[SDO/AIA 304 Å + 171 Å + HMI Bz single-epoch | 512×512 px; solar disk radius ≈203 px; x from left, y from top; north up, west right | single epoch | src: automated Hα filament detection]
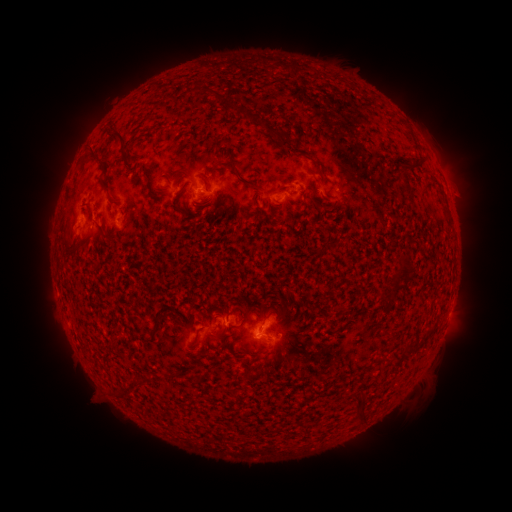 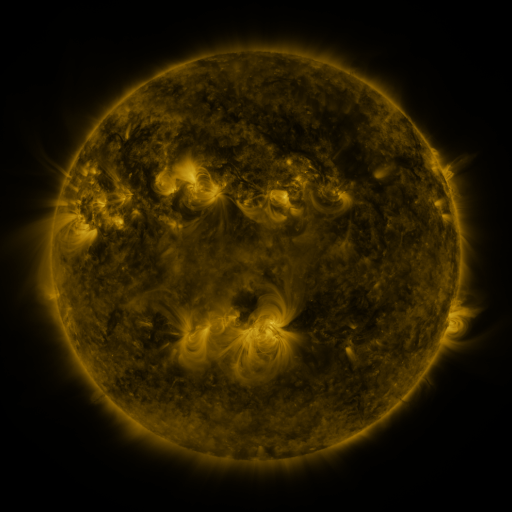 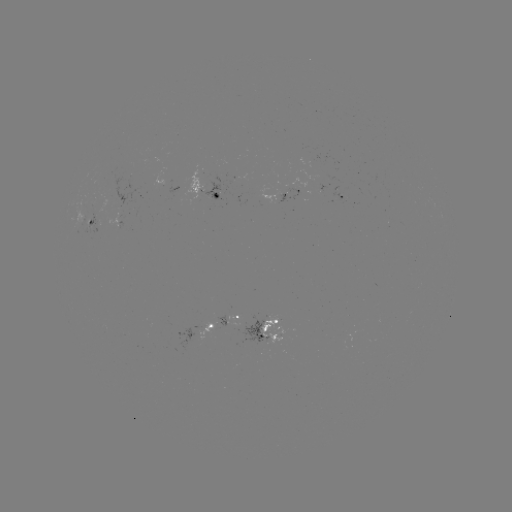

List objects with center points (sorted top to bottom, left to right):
filament: <bbox>225, 100, 237, 113</bbox>
filament: <bbox>237, 103, 261, 125</bbox>
filament: <bbox>265, 123, 290, 149</bbox>
filament: <bbox>109, 129, 127, 155</bbox>
filament: <bbox>310, 158, 327, 185</bbox>
filament: <bbox>408, 158, 421, 171</bbox>
filament: <bbox>216, 159, 256, 189</bbox>
filament: <bbox>146, 169, 152, 179</bbox>
filament: <bbox>100, 175, 111, 193</bbox>
filament: <bbox>401, 176, 412, 197</bbox>
filament: <bbox>156, 183, 165, 191</bbox>
filament: <bbox>87, 218, 110, 239</bbox>
filament: <bbox>398, 257, 412, 271</bbox>
filament: <bbox>236, 309, 249, 328</bbox>
filament: <bbox>152, 311, 167, 330</bbox>
filament: <bbox>260, 314, 268, 324</bbox>
filament: <bbox>191, 372, 202, 383</bbox>
filament: <bbox>349, 394, 364, 425</bbox>
